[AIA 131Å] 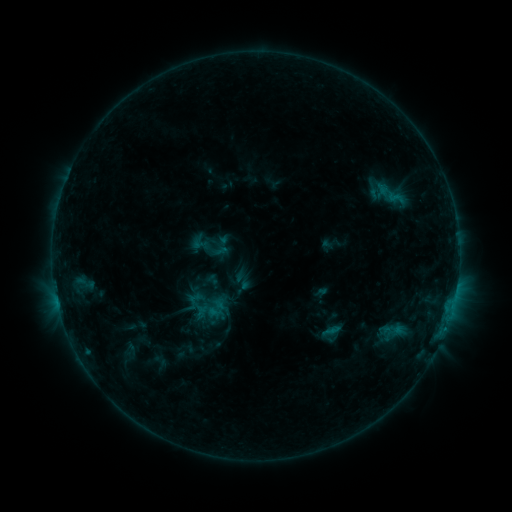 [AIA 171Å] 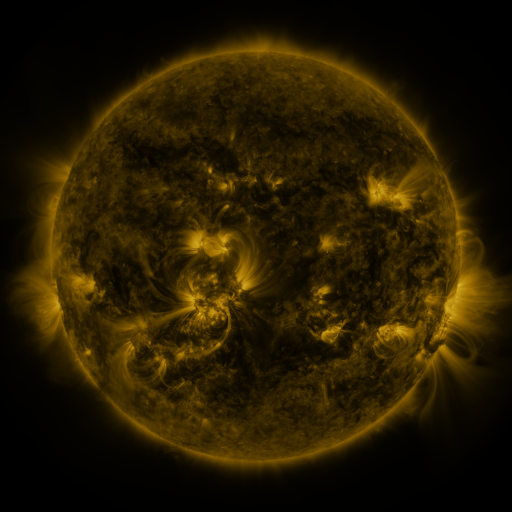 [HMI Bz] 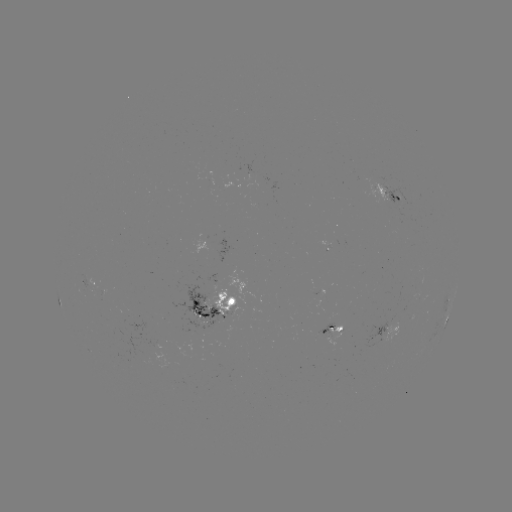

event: sigmoid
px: (390, 190)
